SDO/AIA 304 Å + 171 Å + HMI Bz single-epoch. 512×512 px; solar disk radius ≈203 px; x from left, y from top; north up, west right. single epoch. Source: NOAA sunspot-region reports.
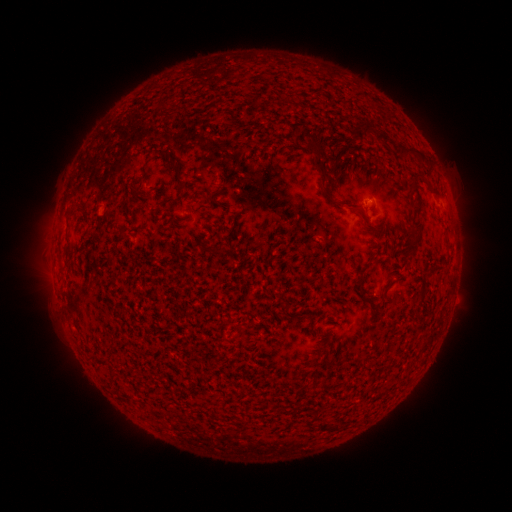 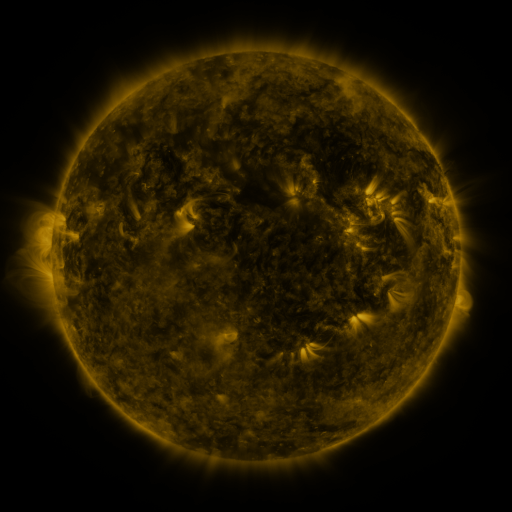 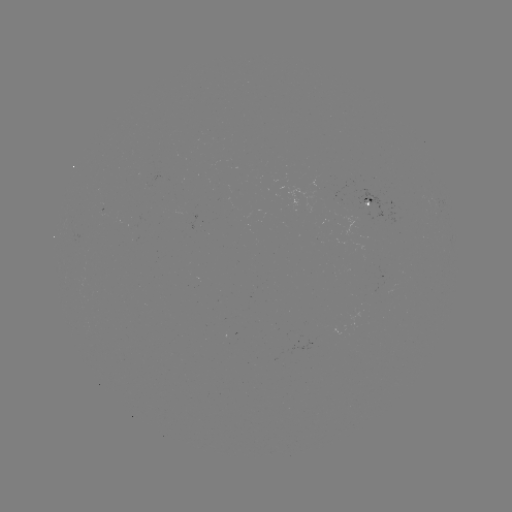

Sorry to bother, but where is spotted active region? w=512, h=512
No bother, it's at (367, 197).